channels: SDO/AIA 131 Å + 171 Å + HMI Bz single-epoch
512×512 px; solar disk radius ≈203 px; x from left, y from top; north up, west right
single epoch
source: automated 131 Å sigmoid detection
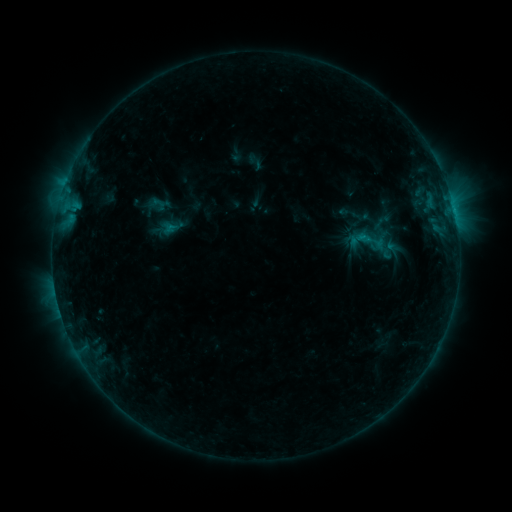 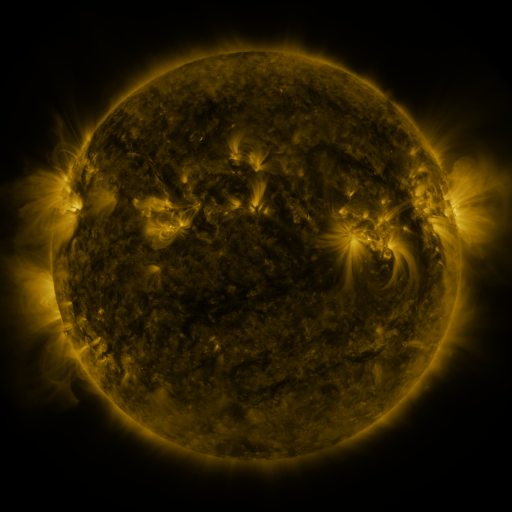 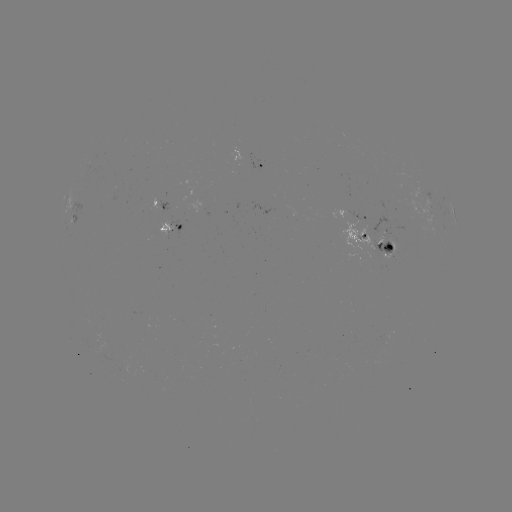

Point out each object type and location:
sigmoid: <bbox>342, 221, 389, 262</bbox>
